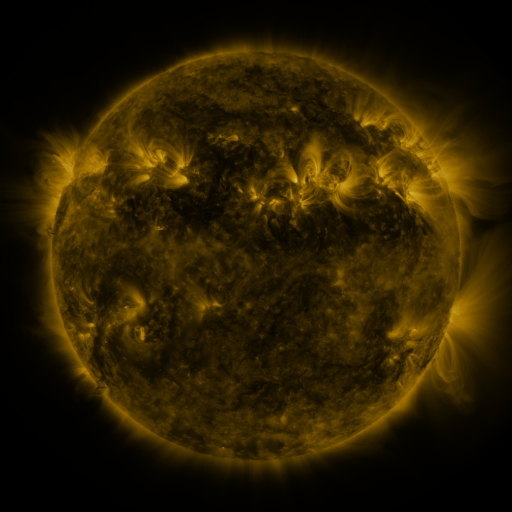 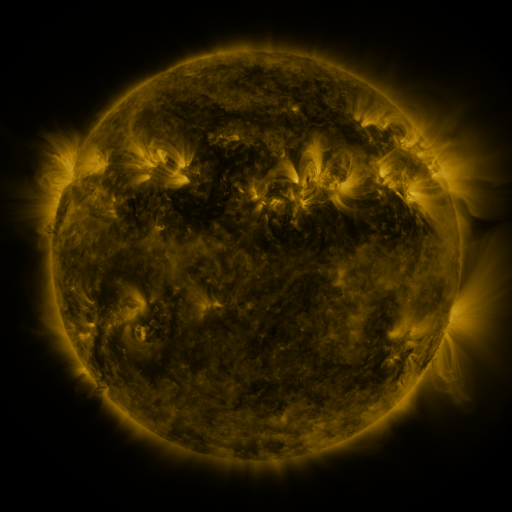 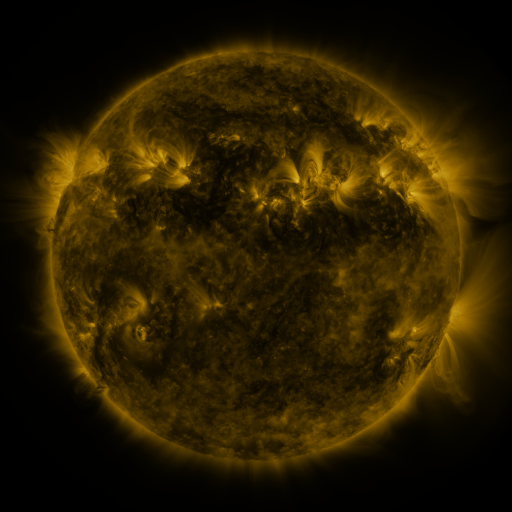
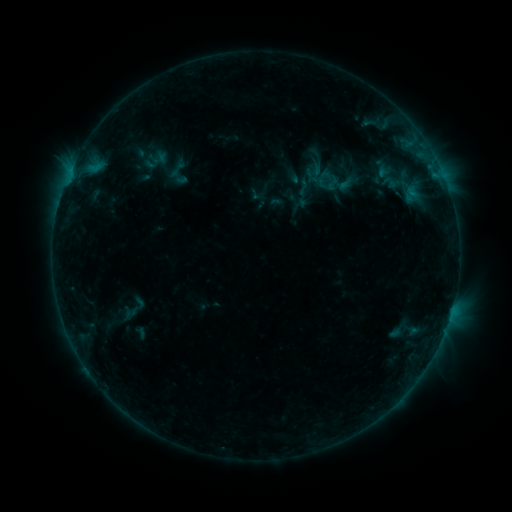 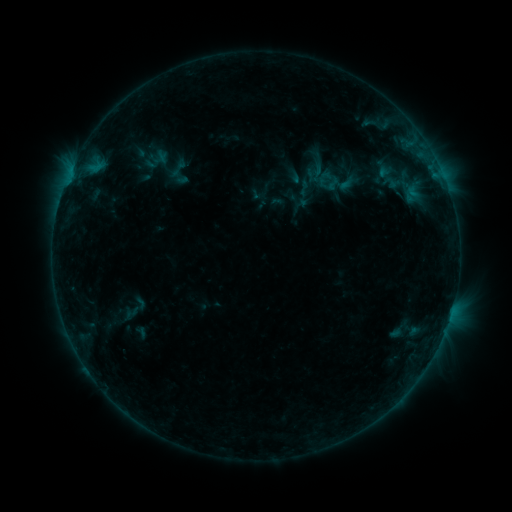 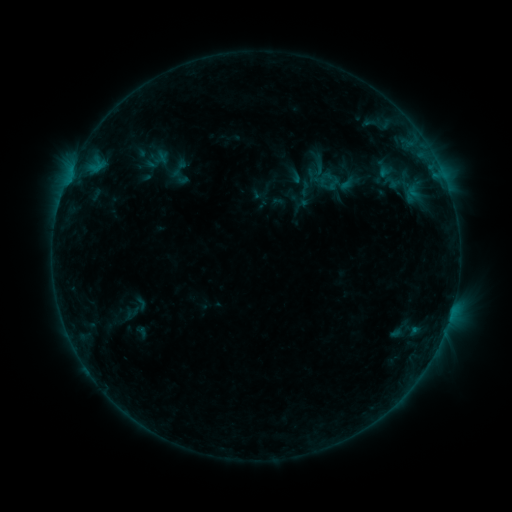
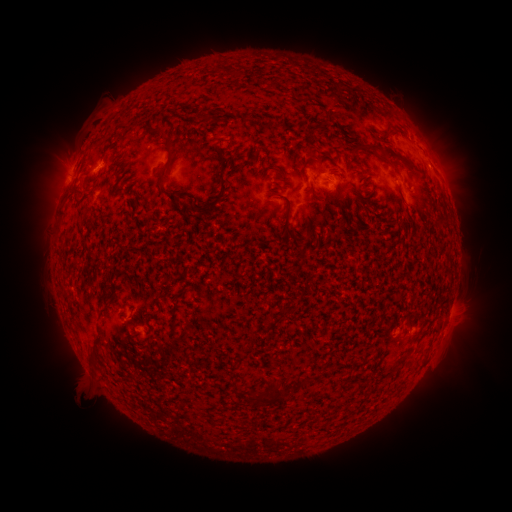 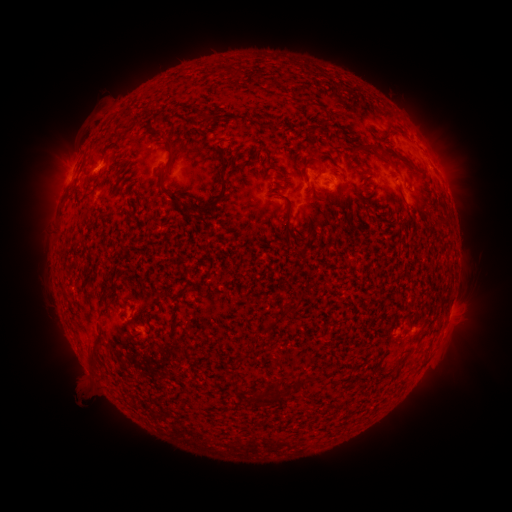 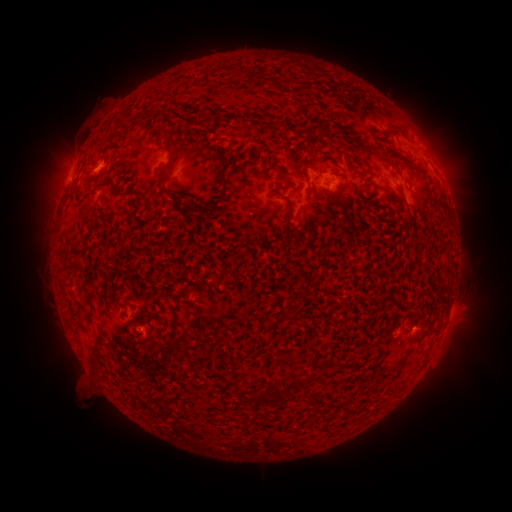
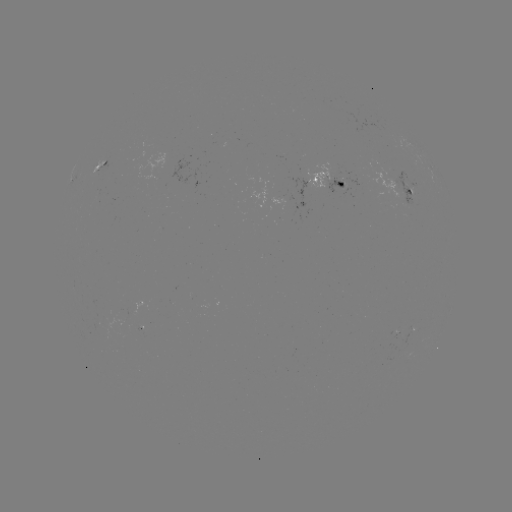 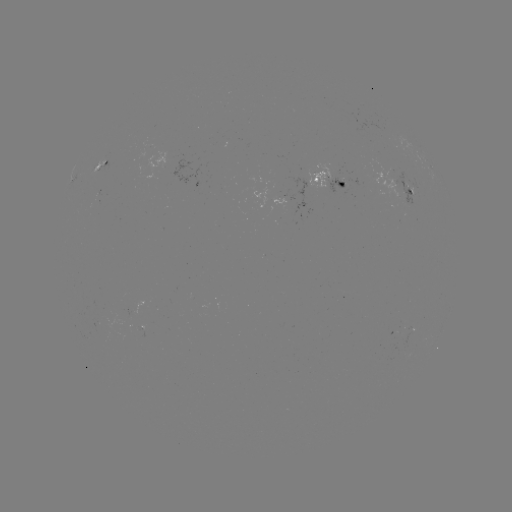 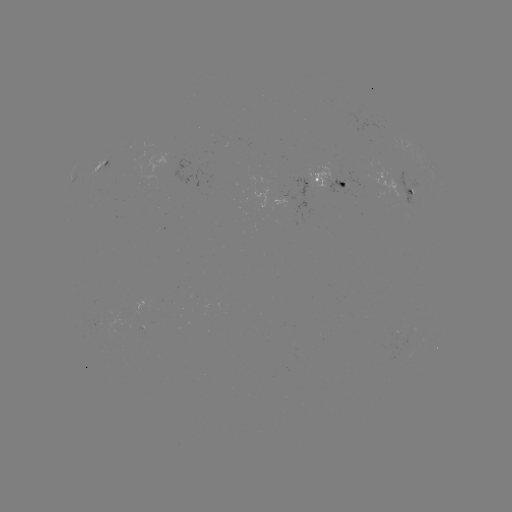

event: emerging-flux region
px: (392, 182)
